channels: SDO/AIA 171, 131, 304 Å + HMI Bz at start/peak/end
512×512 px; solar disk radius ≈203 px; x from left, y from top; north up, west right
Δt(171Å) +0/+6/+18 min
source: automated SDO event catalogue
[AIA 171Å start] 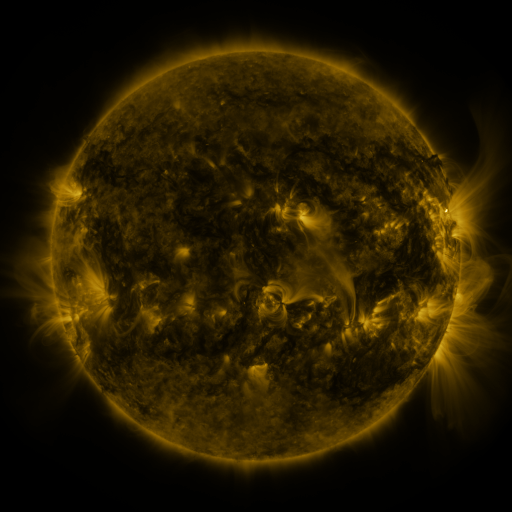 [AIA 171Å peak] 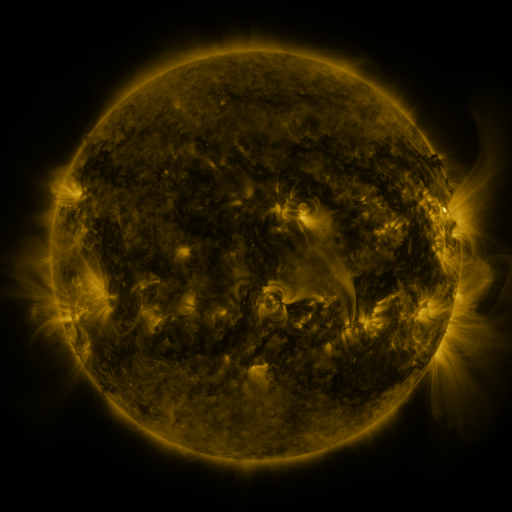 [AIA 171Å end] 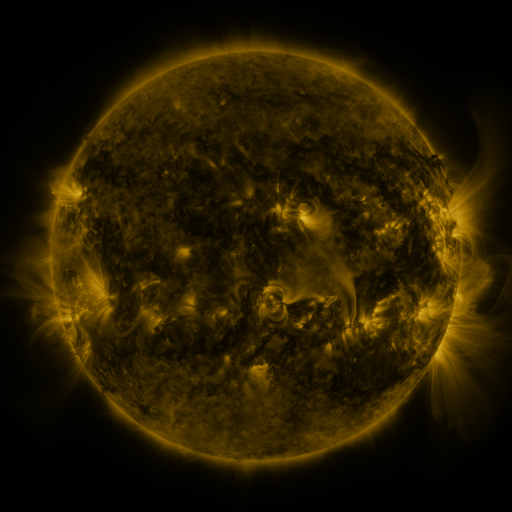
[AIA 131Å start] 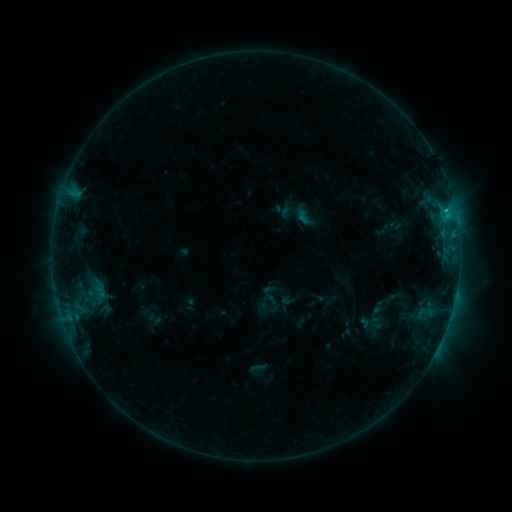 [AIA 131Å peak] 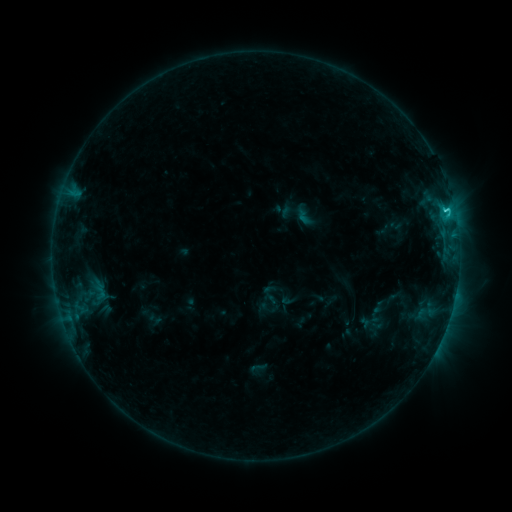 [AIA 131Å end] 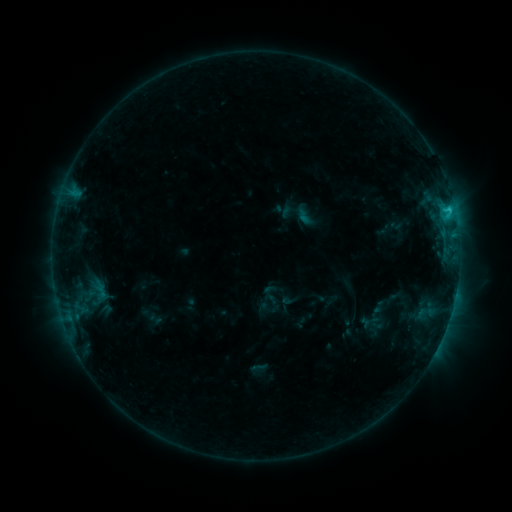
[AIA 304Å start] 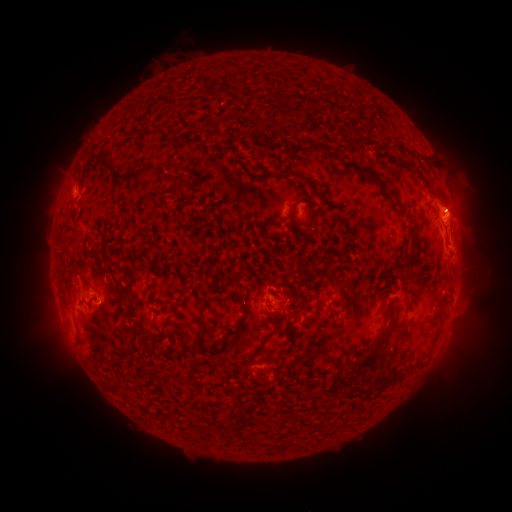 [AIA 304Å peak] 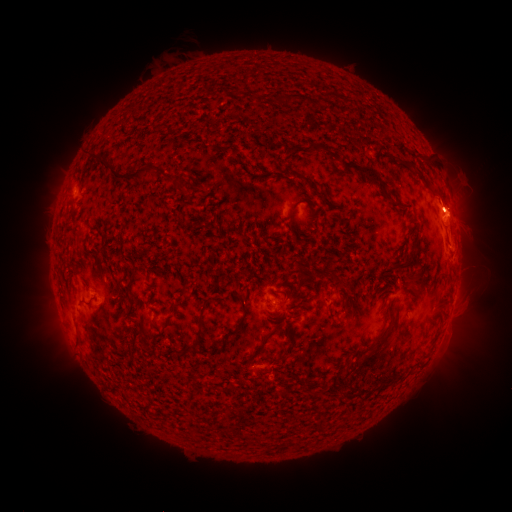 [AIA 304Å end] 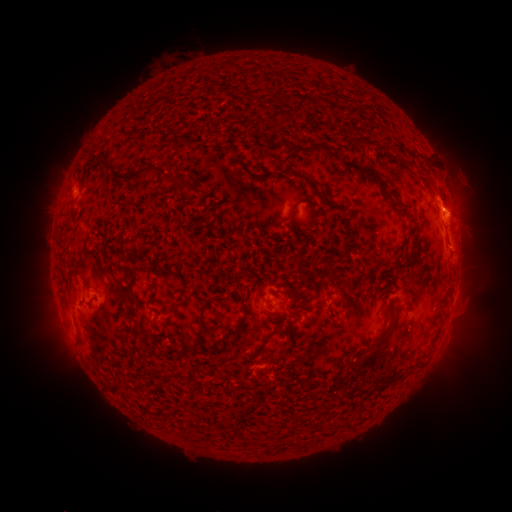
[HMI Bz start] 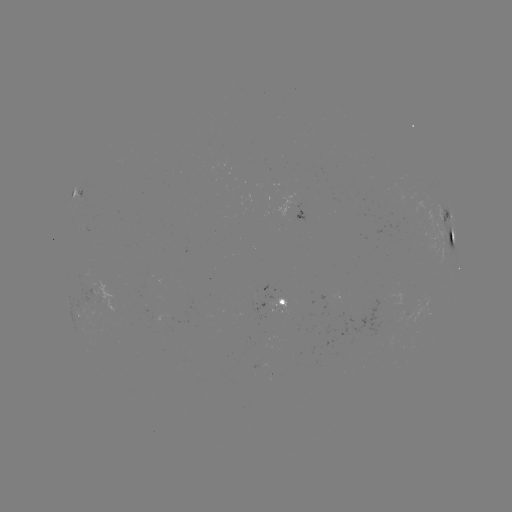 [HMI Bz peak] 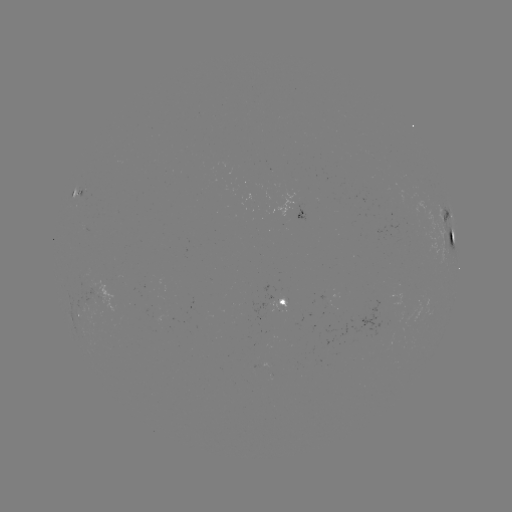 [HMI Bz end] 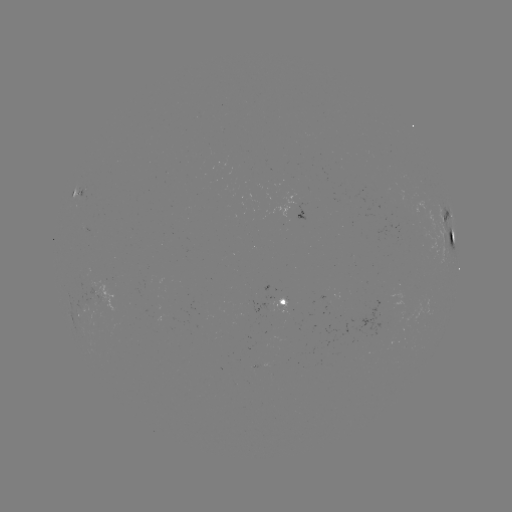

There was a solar eruption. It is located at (454, 201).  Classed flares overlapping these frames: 1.